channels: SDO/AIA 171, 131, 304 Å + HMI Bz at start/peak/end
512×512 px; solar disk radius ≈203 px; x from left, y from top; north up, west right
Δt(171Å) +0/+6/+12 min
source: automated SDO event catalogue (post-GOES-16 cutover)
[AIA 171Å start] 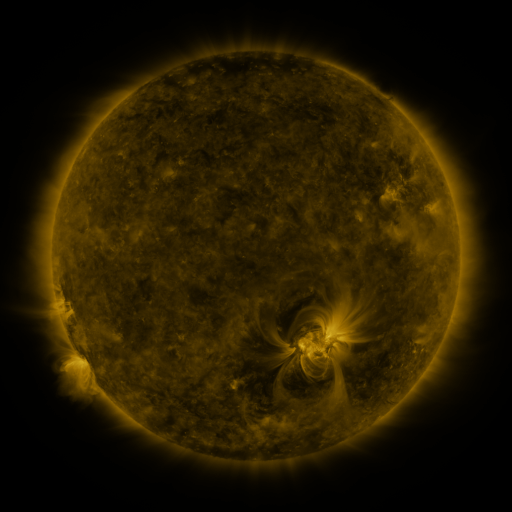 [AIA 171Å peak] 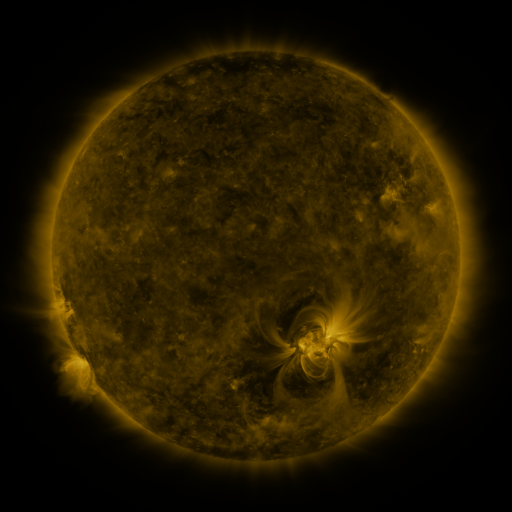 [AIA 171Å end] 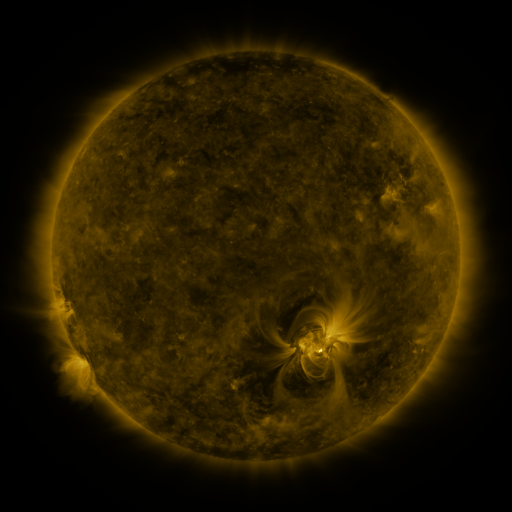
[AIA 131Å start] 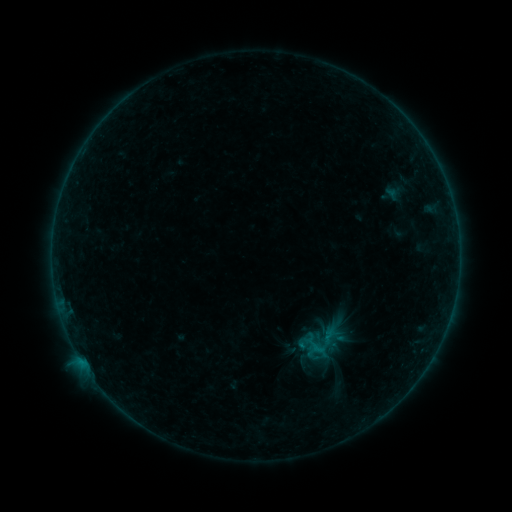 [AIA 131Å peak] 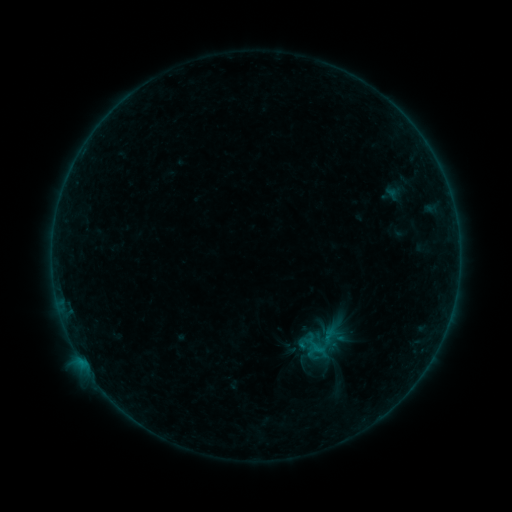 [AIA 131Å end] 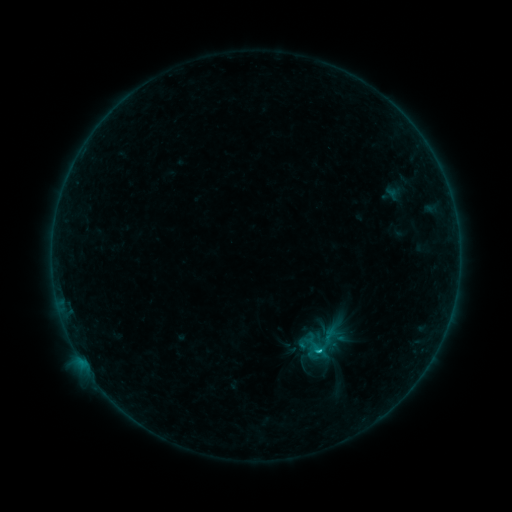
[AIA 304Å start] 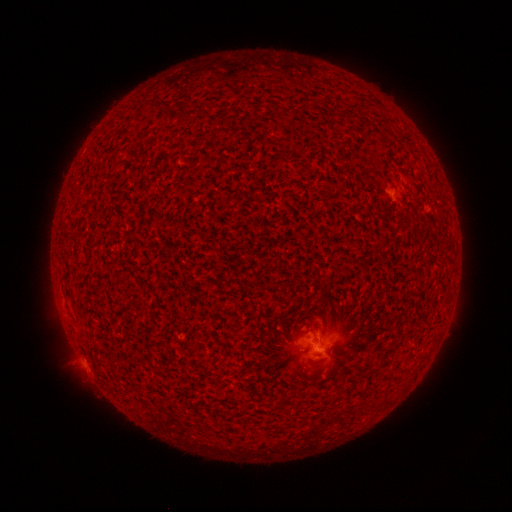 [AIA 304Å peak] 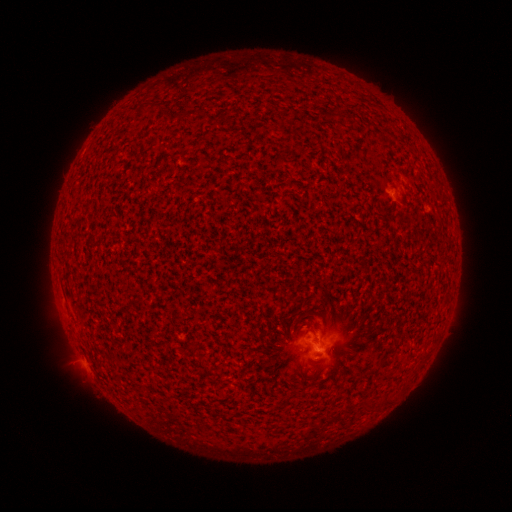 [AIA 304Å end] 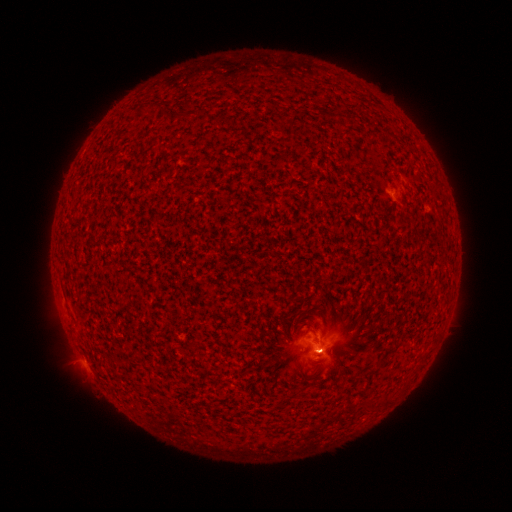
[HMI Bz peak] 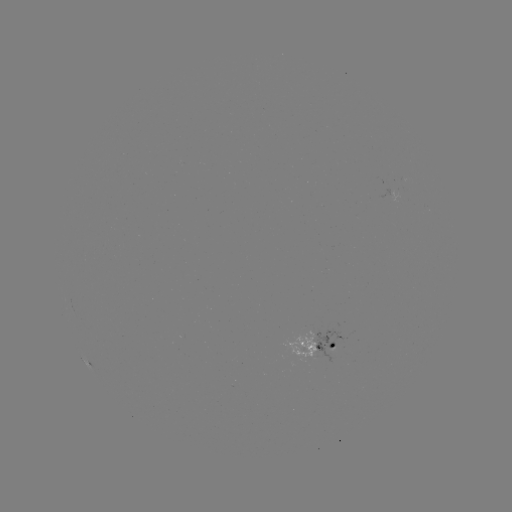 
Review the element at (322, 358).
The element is eruption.